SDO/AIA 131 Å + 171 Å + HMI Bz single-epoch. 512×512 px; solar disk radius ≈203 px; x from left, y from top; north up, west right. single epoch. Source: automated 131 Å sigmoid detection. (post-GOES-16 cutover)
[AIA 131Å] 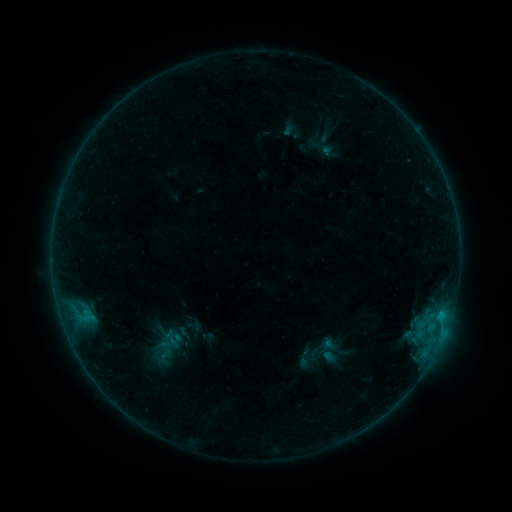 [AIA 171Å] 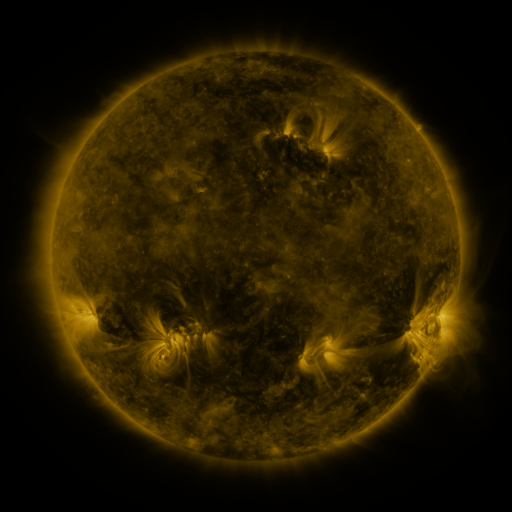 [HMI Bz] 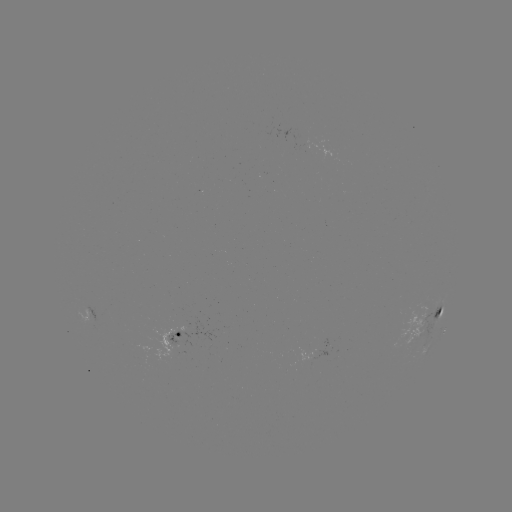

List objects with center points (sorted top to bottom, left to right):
sigmoid: (167, 338)
